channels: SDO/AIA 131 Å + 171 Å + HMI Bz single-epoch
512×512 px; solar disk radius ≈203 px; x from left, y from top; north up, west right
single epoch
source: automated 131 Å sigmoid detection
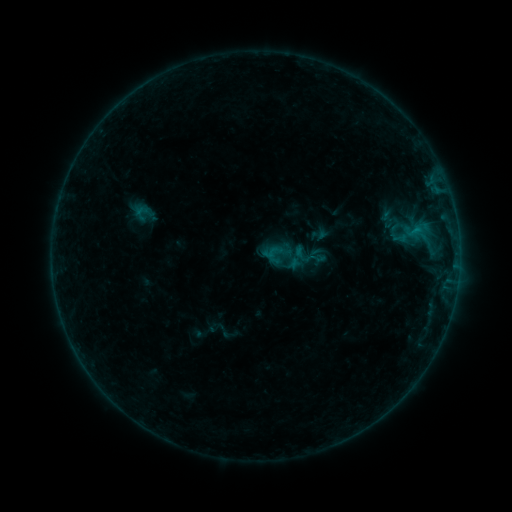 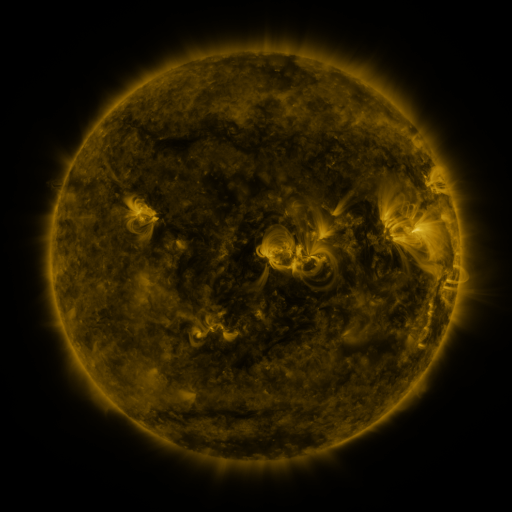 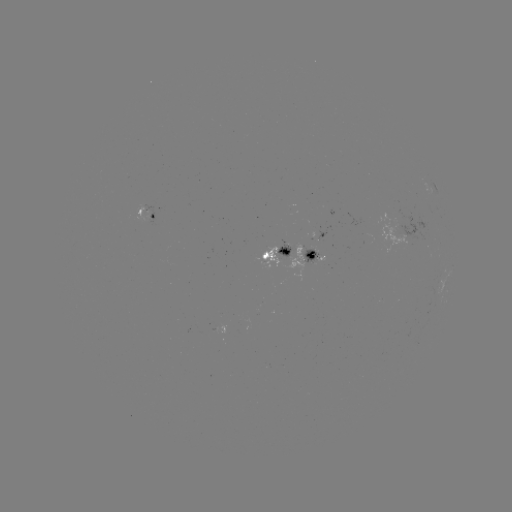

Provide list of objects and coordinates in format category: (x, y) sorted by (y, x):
sigmoid: (288, 256)
sigmoid: (318, 258)
